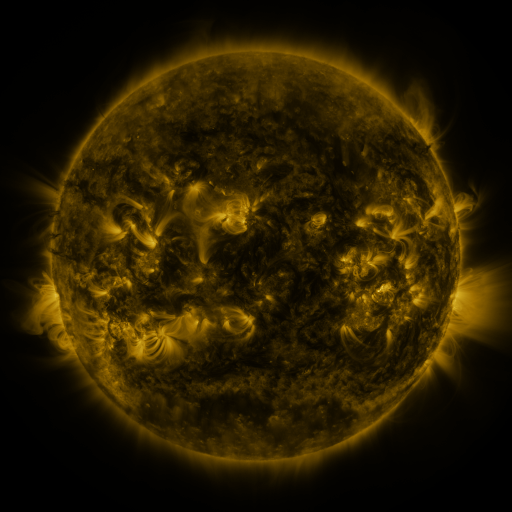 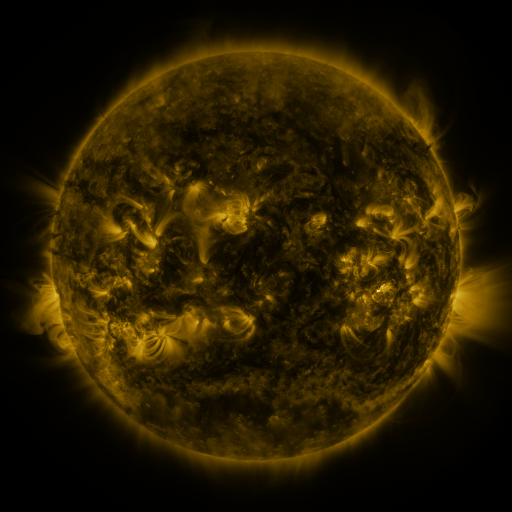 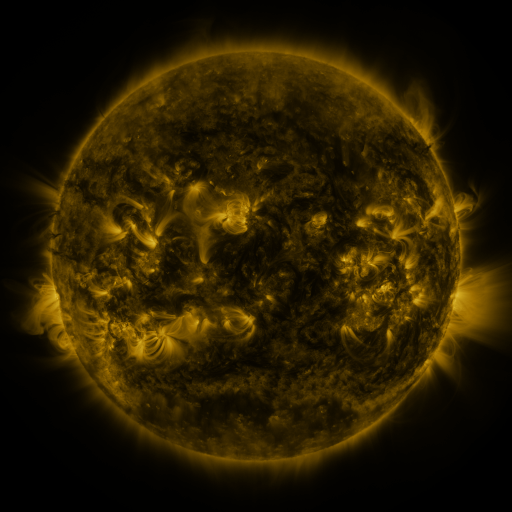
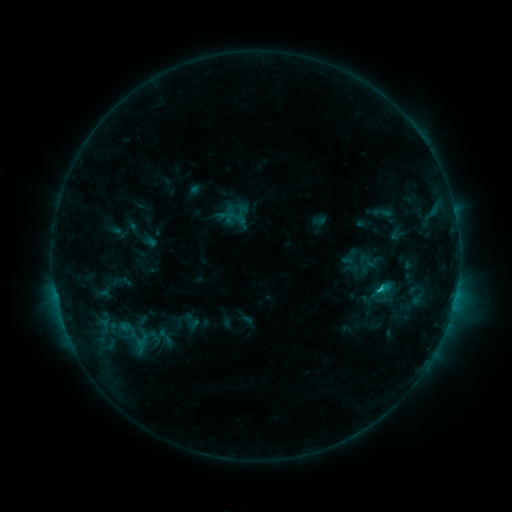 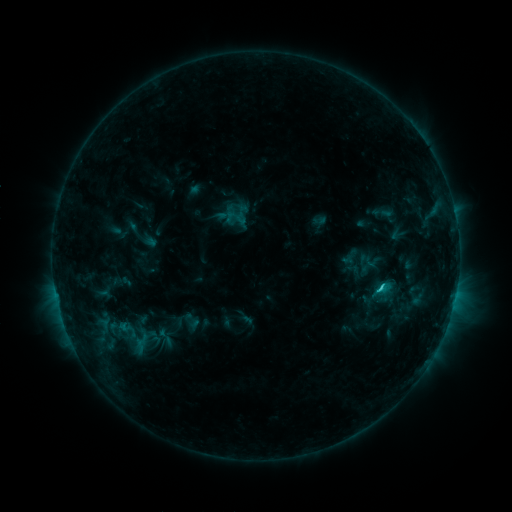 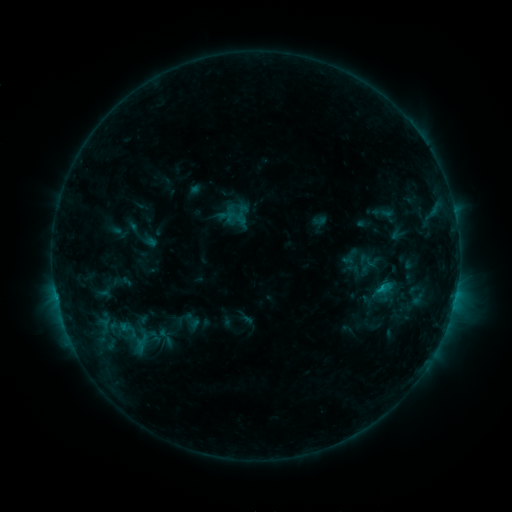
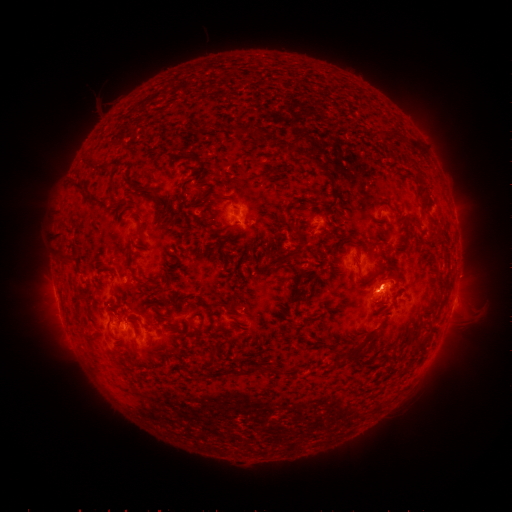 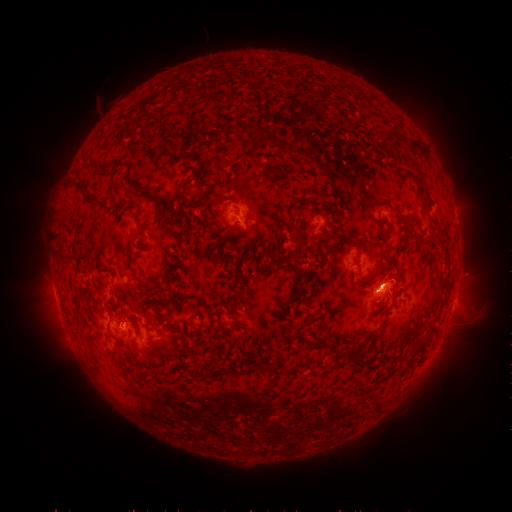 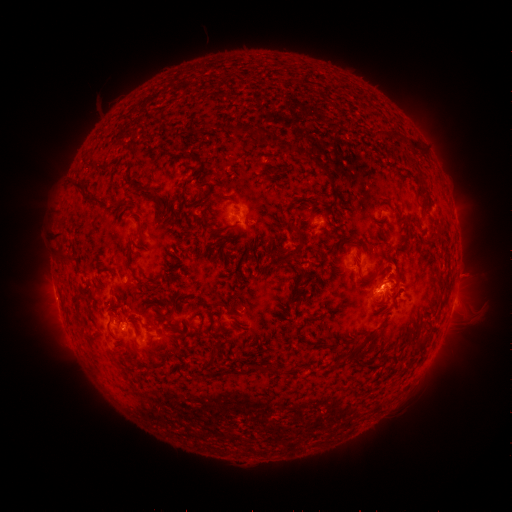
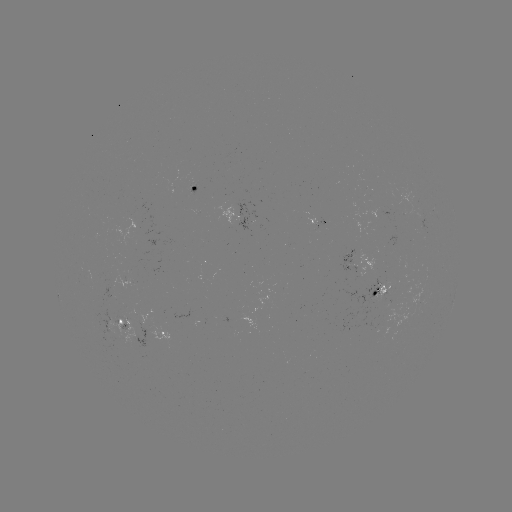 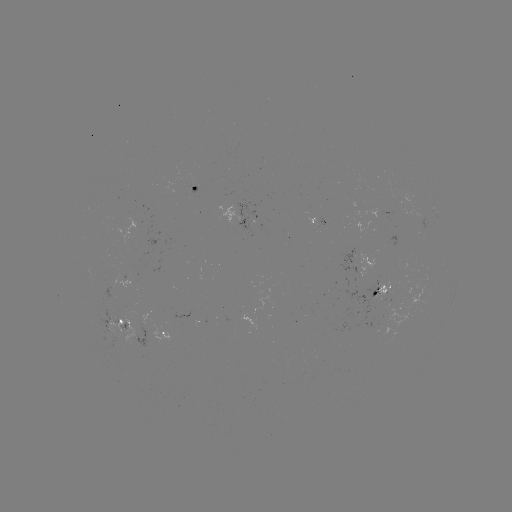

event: flare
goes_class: C1.5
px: (379, 285)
